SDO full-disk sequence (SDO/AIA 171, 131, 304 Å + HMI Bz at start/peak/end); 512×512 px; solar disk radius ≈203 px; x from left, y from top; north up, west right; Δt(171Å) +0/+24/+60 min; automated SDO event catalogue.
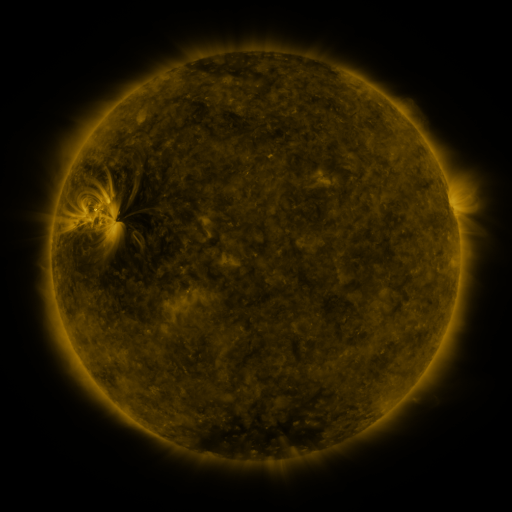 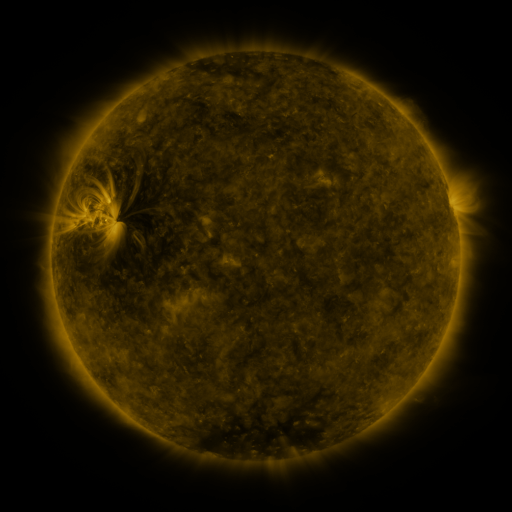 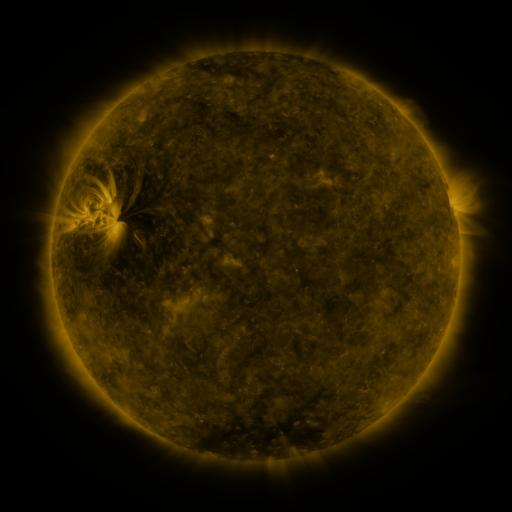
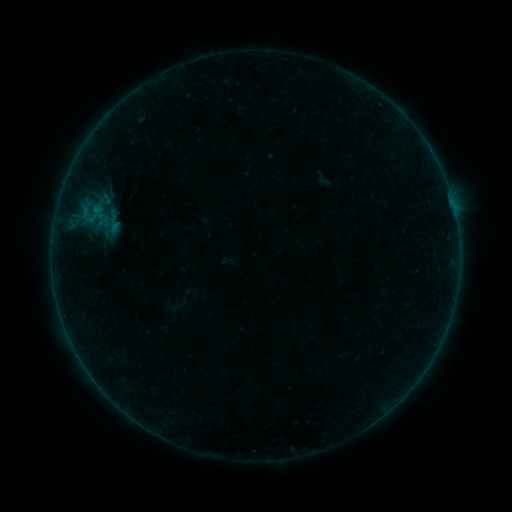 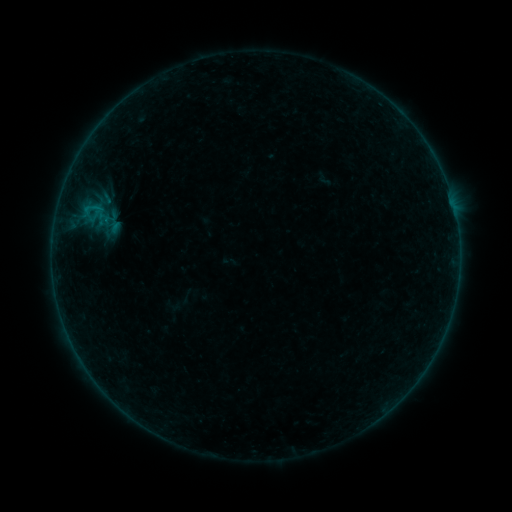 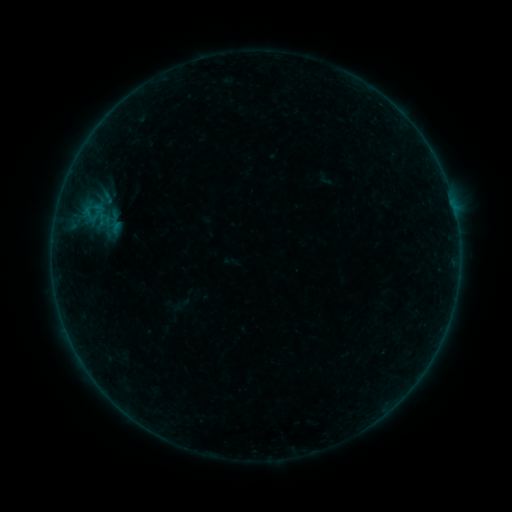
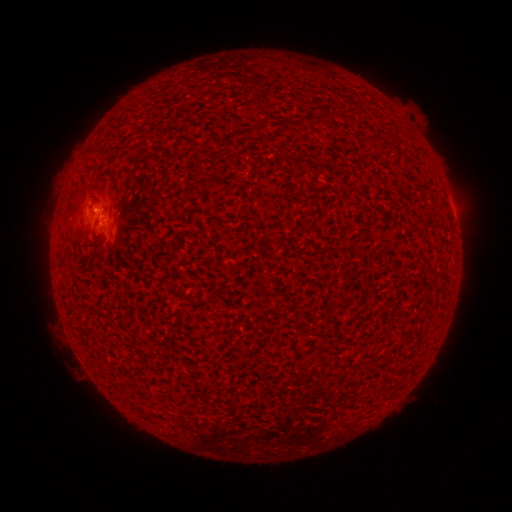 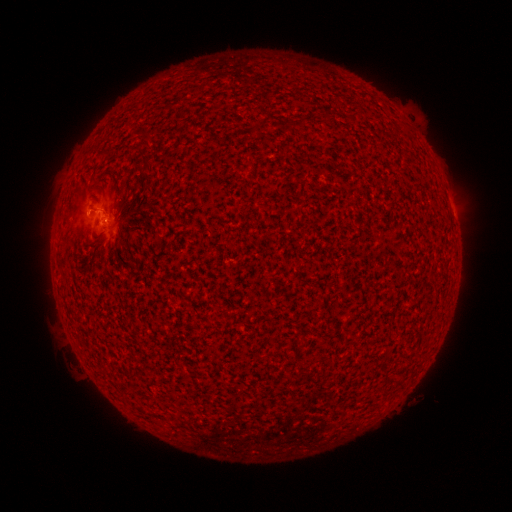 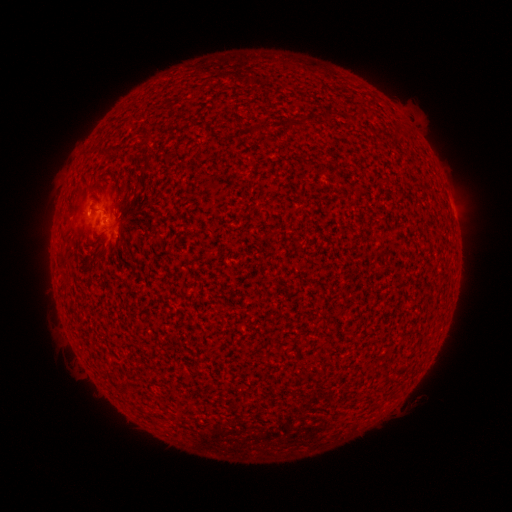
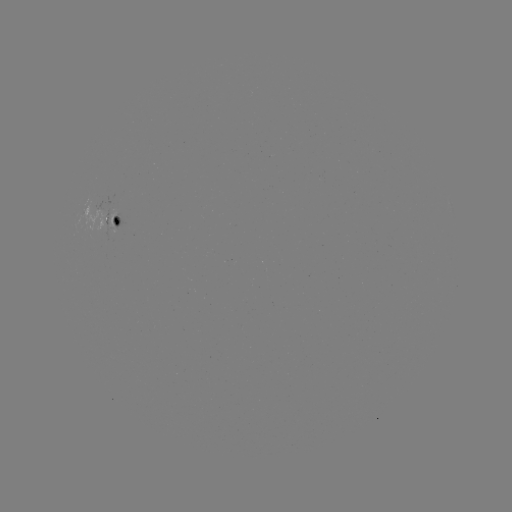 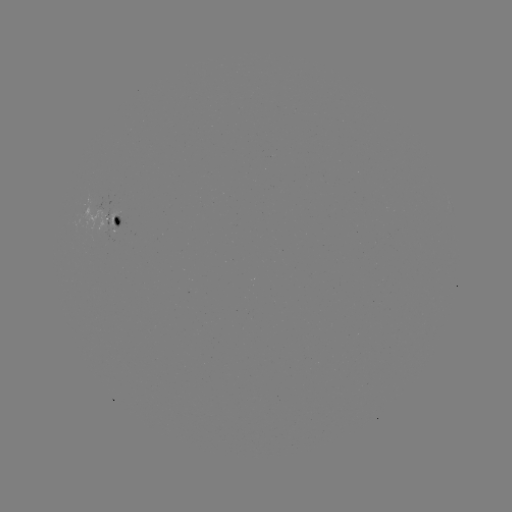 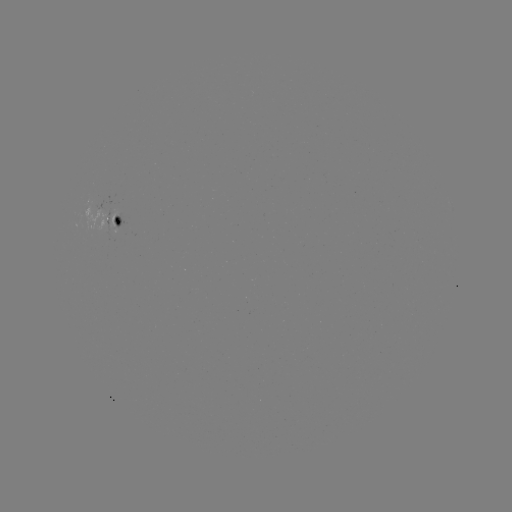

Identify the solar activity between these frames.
B2.0 flare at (93, 208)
